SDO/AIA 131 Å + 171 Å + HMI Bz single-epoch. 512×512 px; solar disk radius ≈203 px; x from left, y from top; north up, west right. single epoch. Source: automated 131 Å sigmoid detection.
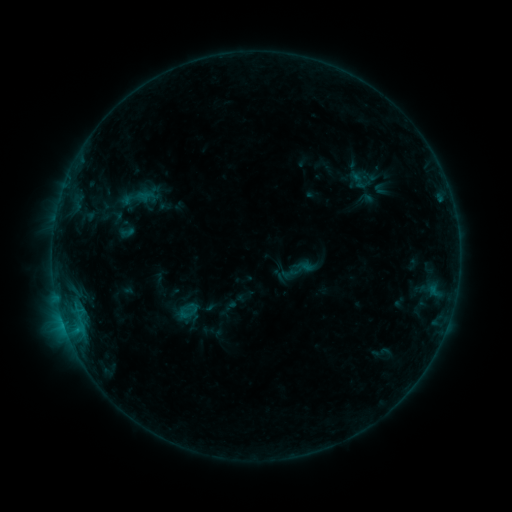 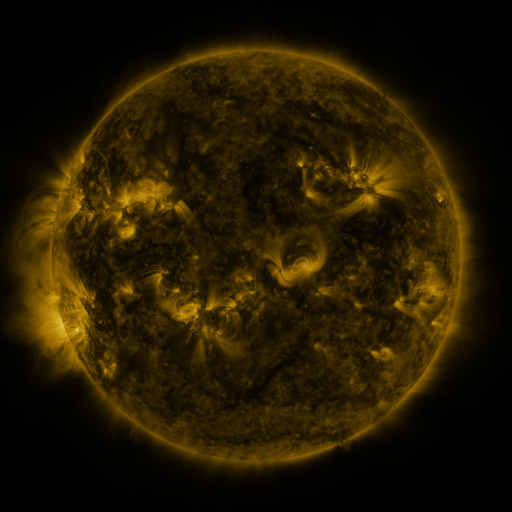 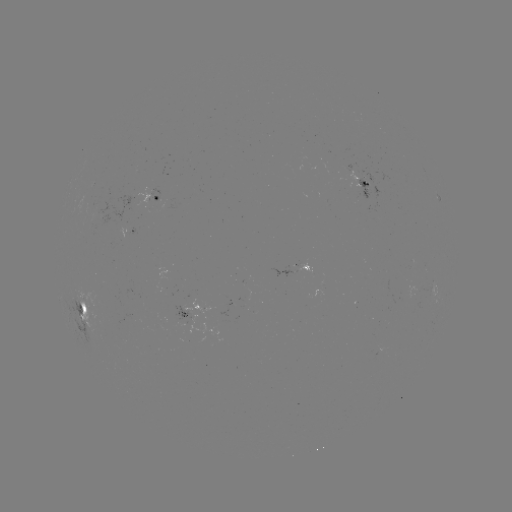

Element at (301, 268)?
sigmoid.